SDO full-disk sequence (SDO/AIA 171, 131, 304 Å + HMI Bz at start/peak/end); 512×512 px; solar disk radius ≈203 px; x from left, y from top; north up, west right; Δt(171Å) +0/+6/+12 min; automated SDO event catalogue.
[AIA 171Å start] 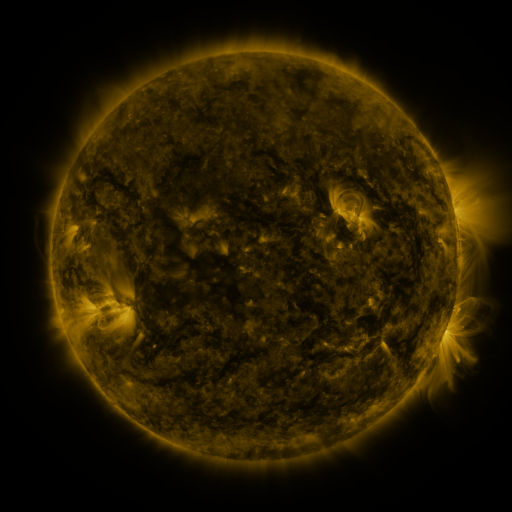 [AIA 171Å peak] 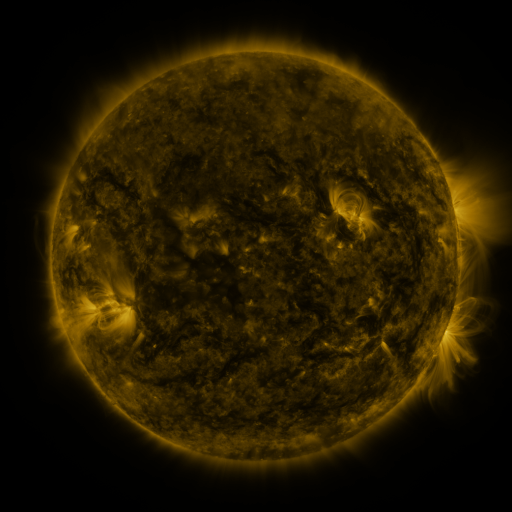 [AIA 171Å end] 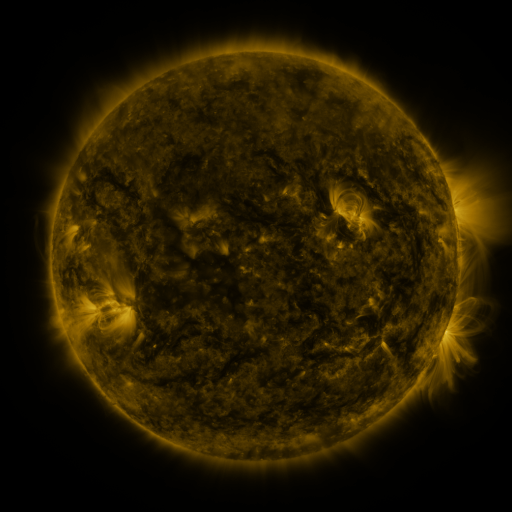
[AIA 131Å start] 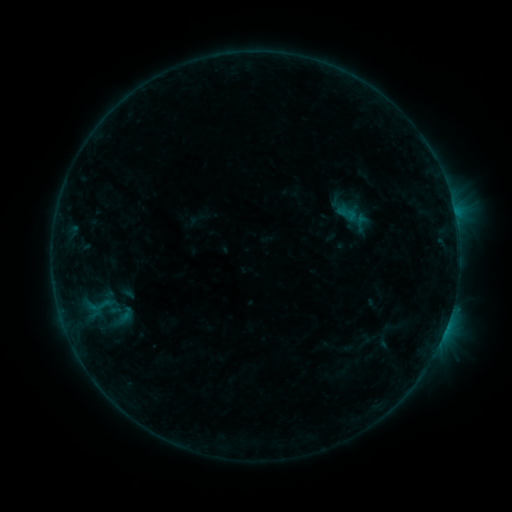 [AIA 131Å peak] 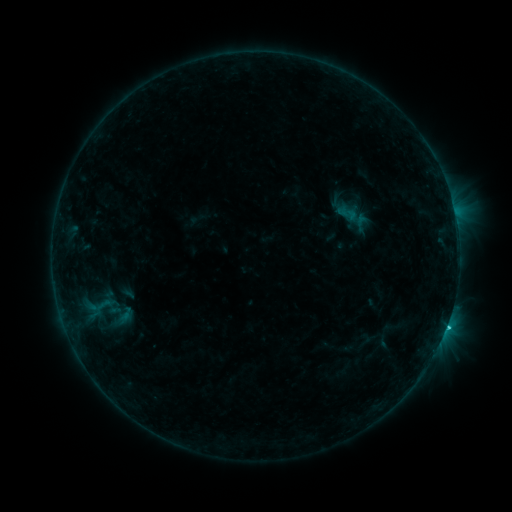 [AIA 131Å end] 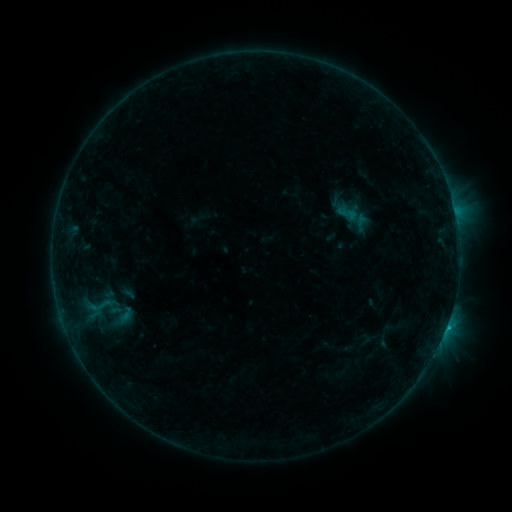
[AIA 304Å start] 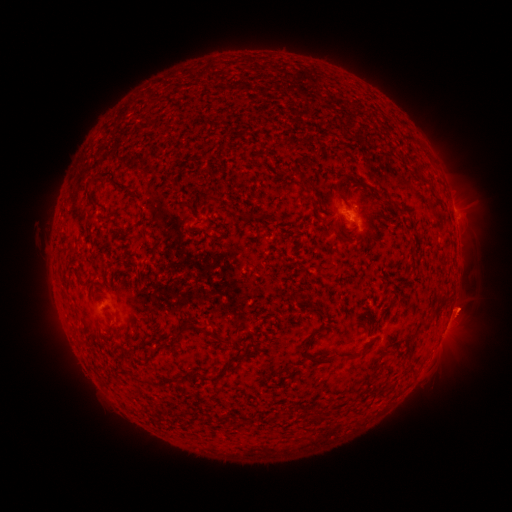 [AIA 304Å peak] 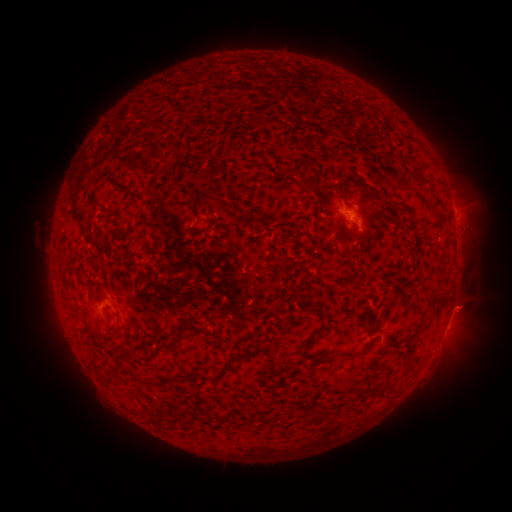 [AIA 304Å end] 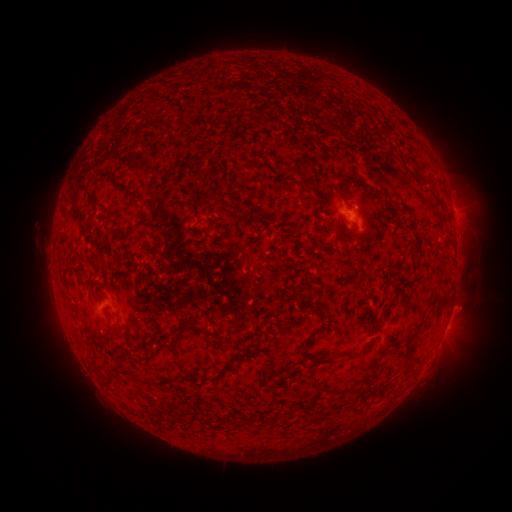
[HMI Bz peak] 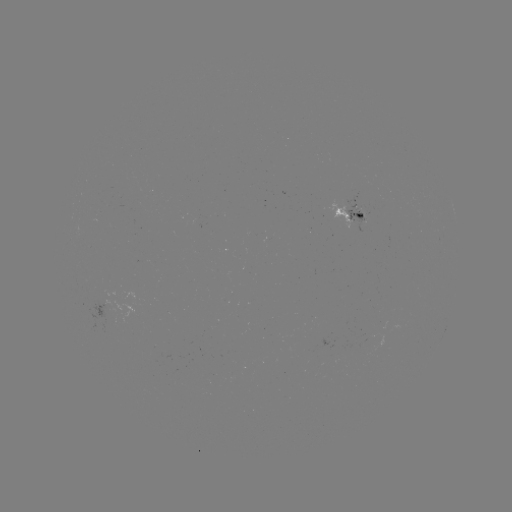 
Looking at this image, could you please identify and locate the B8.5 flare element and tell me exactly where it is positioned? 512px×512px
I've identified B8.5 flare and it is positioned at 445,323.